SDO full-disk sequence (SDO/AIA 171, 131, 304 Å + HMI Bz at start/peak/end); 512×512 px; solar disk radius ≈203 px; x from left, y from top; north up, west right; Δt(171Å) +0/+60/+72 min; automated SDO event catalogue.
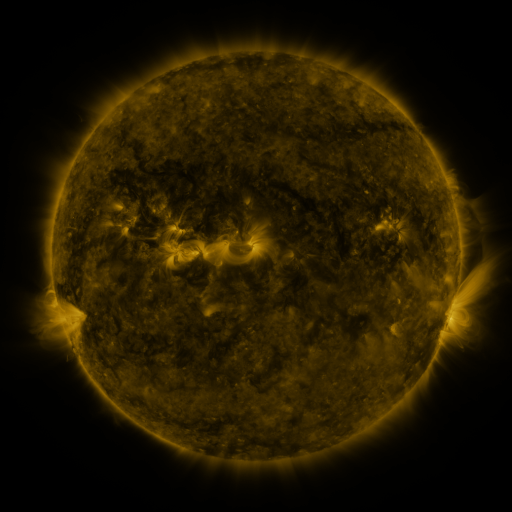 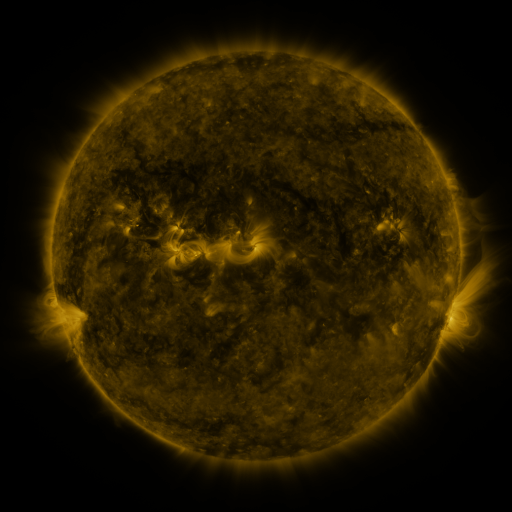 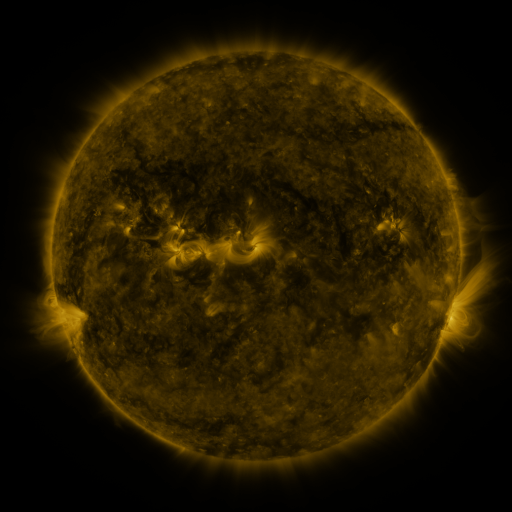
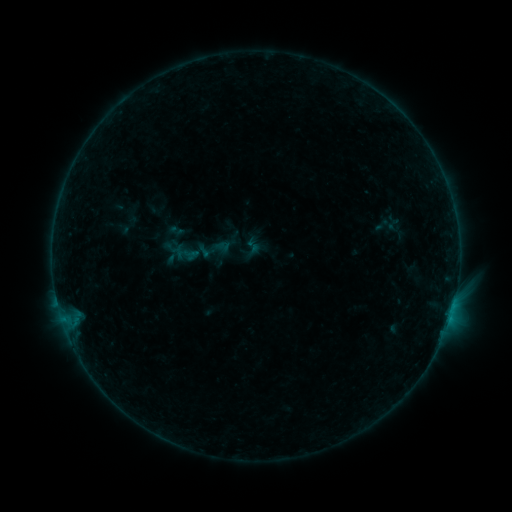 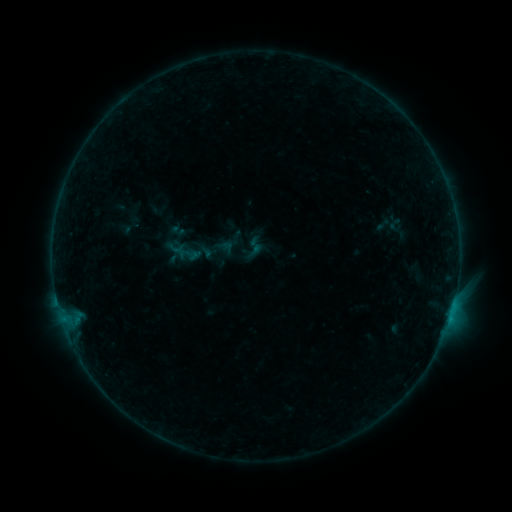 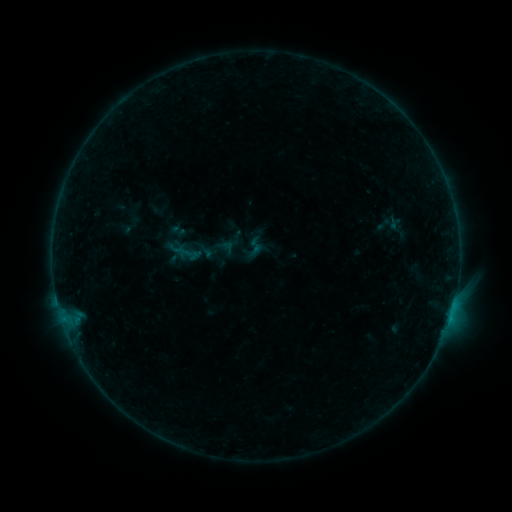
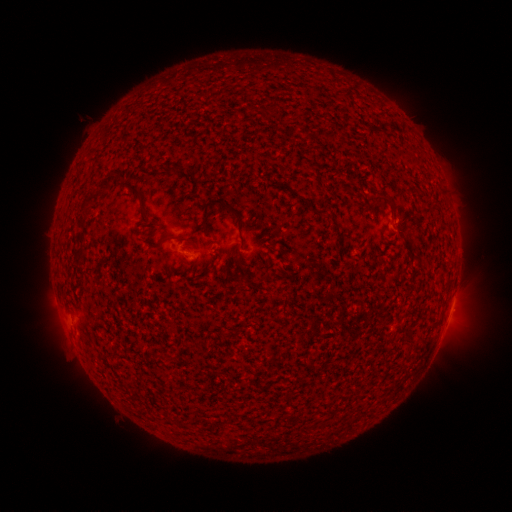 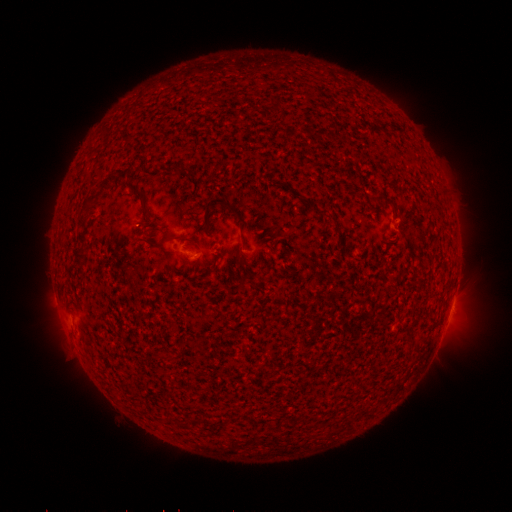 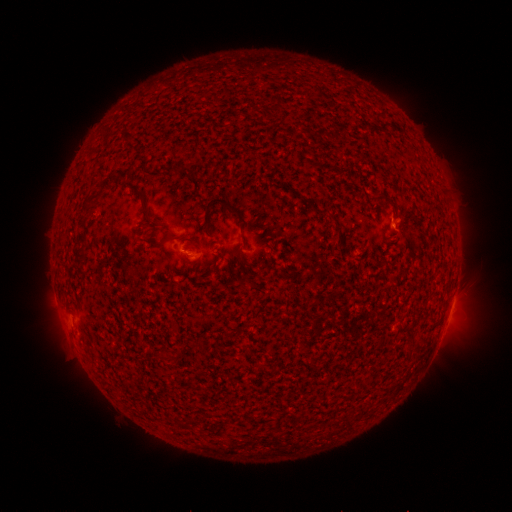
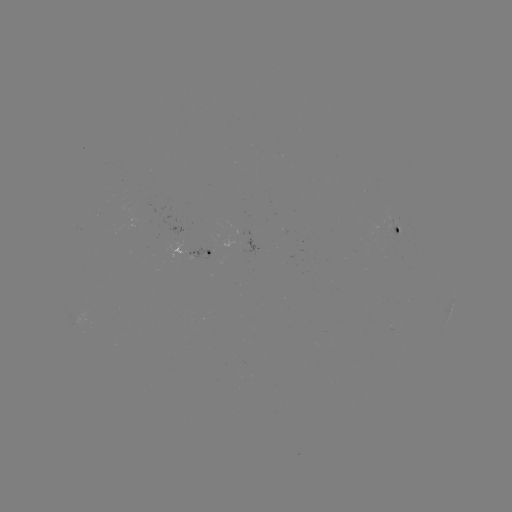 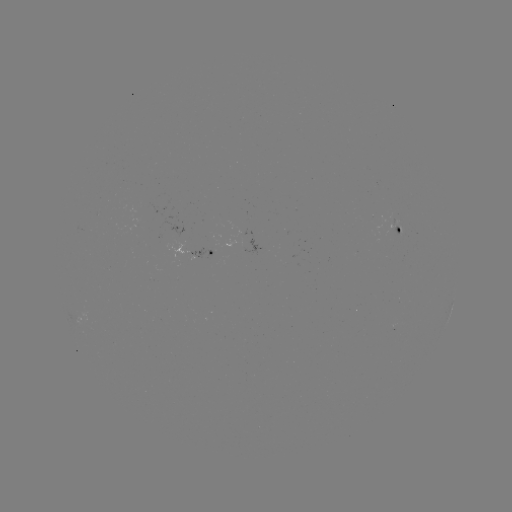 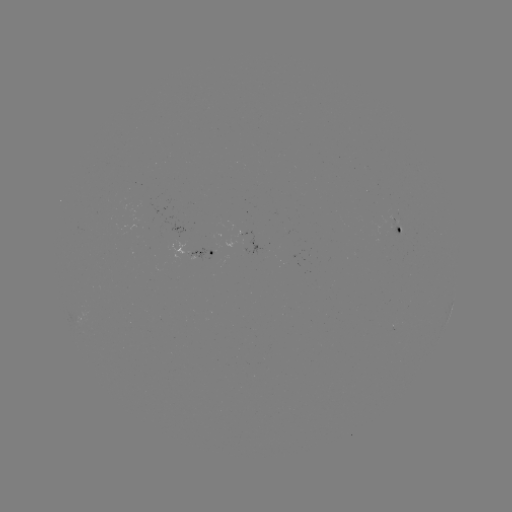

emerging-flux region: [389, 227, 399, 235]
